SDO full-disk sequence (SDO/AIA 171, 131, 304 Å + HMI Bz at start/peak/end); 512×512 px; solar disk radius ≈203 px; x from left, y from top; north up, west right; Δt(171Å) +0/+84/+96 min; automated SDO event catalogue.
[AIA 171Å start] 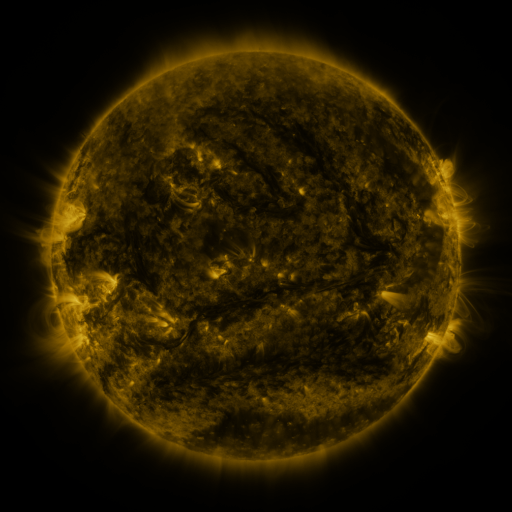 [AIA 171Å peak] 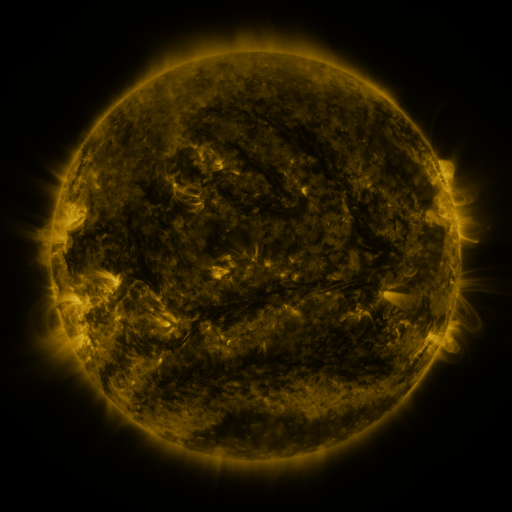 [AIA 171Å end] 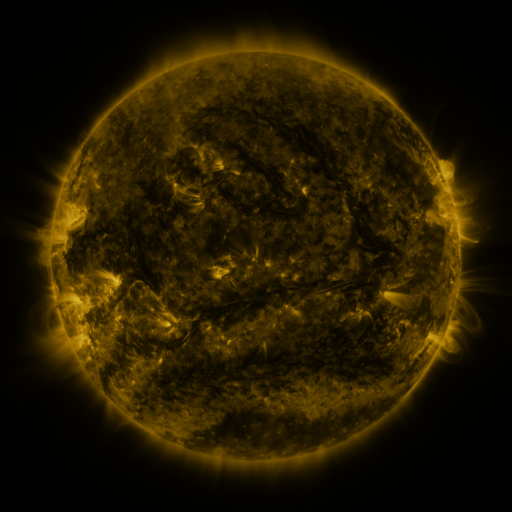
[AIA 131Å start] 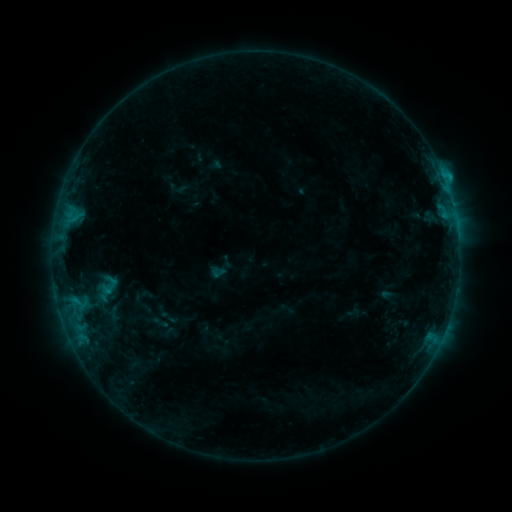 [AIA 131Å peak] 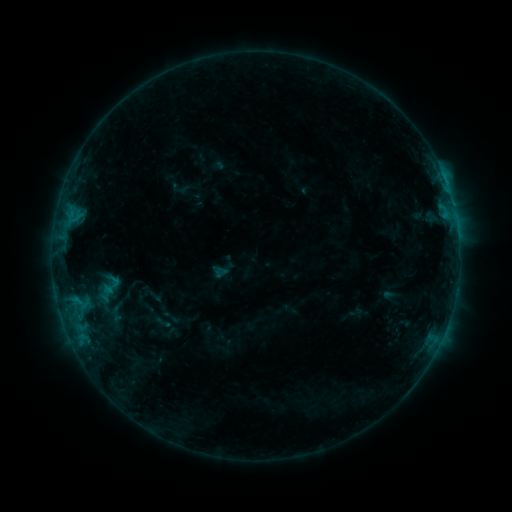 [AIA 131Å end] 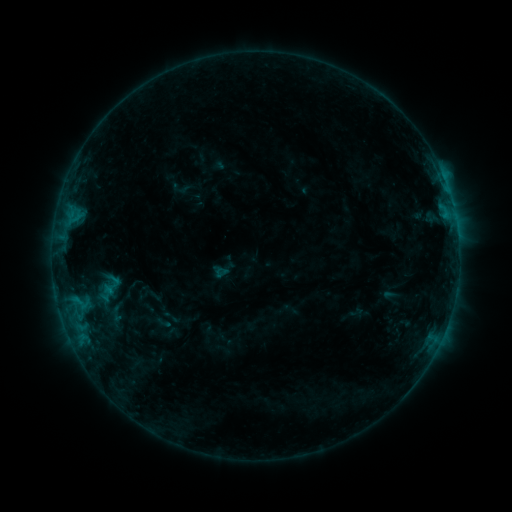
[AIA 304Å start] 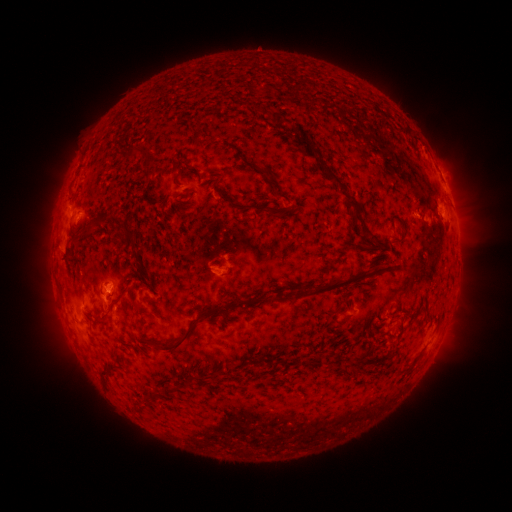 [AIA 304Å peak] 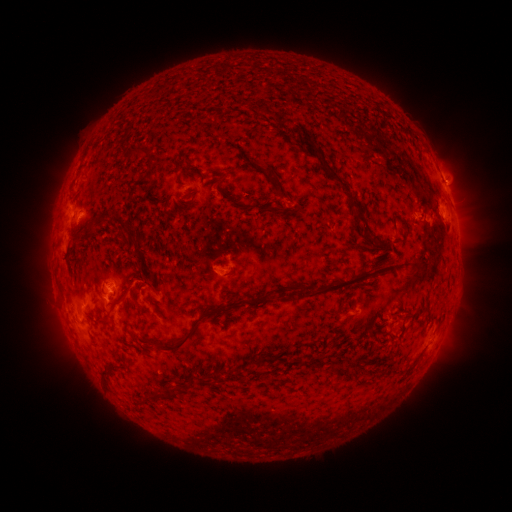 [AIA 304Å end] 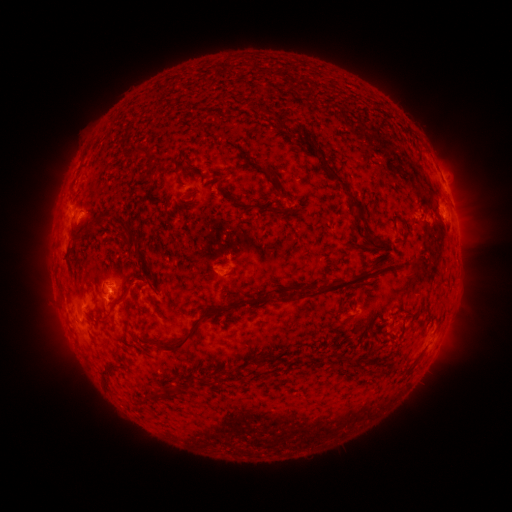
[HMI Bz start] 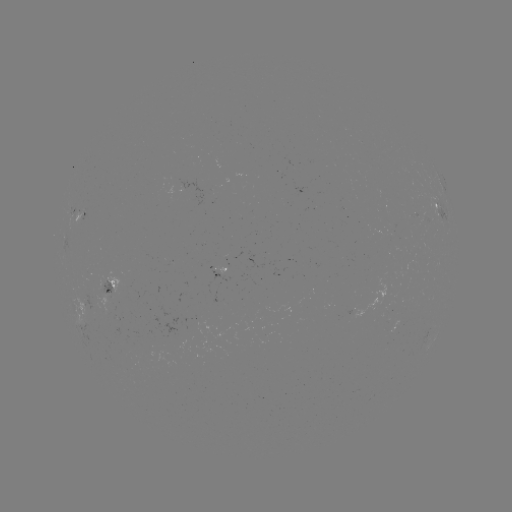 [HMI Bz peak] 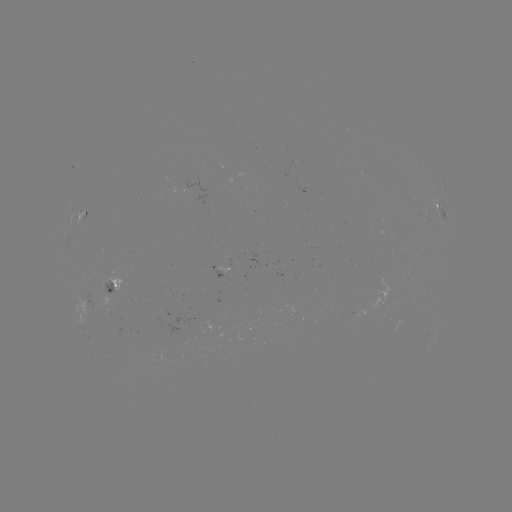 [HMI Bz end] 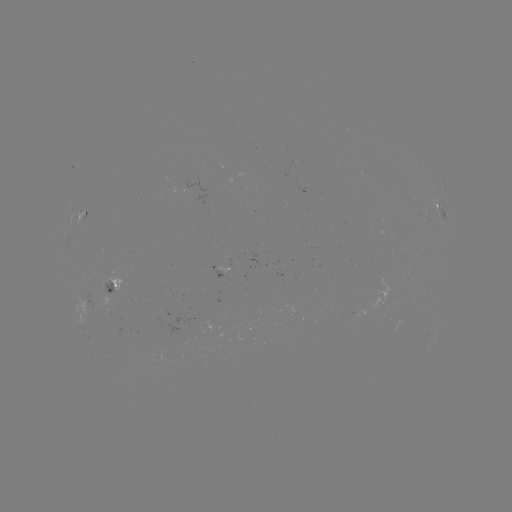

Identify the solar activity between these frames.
emerging-flux region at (106, 285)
